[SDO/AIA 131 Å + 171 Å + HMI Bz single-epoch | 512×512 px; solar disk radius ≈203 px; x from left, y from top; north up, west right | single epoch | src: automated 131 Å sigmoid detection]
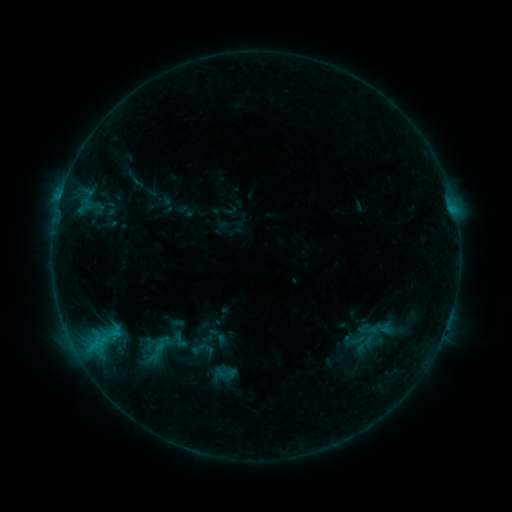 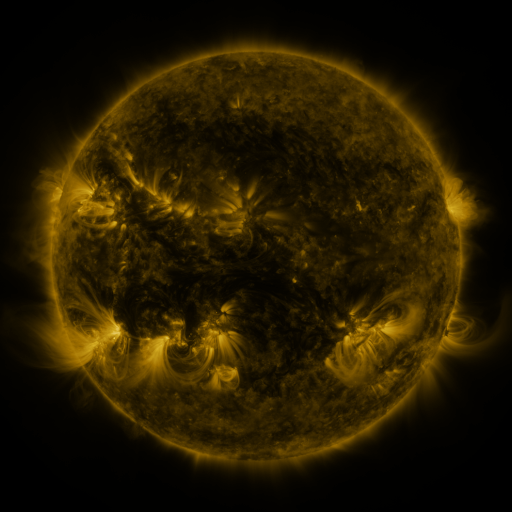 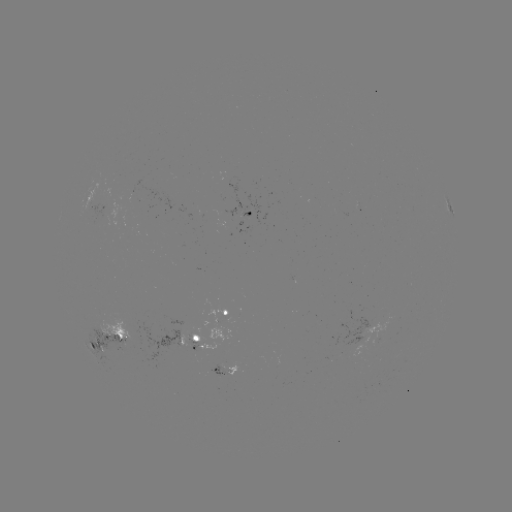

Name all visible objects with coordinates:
sigmoid: (168, 329, 193, 350)
sigmoid: (186, 338, 210, 358)
